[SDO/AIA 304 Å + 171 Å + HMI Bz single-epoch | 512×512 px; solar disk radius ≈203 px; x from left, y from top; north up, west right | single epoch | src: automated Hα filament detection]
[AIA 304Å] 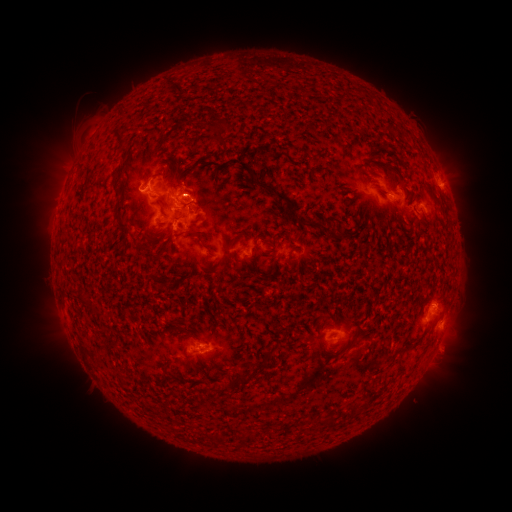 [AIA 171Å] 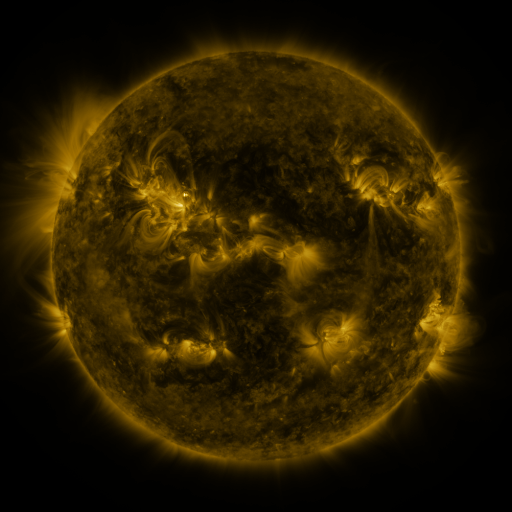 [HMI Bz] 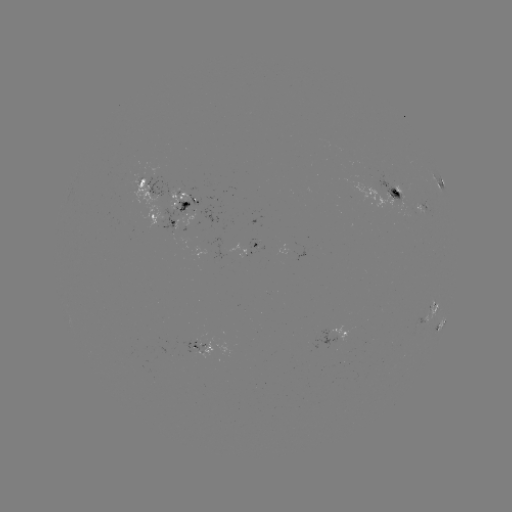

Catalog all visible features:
filament: <bbox>113, 127, 126, 148</bbox>
filament: <bbox>190, 134, 226, 153</bbox>
filament: <bbox>238, 160, 254, 175</bbox>
filament: <bbox>113, 170, 126, 184</bbox>
filament: <bbox>395, 179, 407, 190</bbox>
filament: <bbox>256, 180, 323, 230</bbox>
filament: <bbox>375, 187, 389, 196</bbox>
filament: <bbox>116, 203, 126, 215</bbox>
filament: <bbox>117, 219, 130, 233</bbox>
filament: <bbox>186, 228, 202, 236</bbox>
filament: <bbox>227, 230, 245, 265</bbox>
filament: <bbox>161, 239, 170, 251</bbox>
filament: <bbox>290, 246, 303, 252</bbox>
filament: <bbox>239, 255, 248, 263</bbox>
filament: <bbox>178, 332, 188, 341</bbox>
filament: <bbox>406, 341, 414, 349</bbox>
filament: <bbox>253, 348, 272, 372</bbox>
filament: <bbox>235, 373, 252, 386</bbox>
filament: <bbox>348, 404, 358, 417</bbox>
filament: <bbox>326, 412, 335, 427</bbox>
filament: <bbox>204, 430, 226, 443</bbox>
filament: <bbox>239, 433, 255, 444</bbox>
